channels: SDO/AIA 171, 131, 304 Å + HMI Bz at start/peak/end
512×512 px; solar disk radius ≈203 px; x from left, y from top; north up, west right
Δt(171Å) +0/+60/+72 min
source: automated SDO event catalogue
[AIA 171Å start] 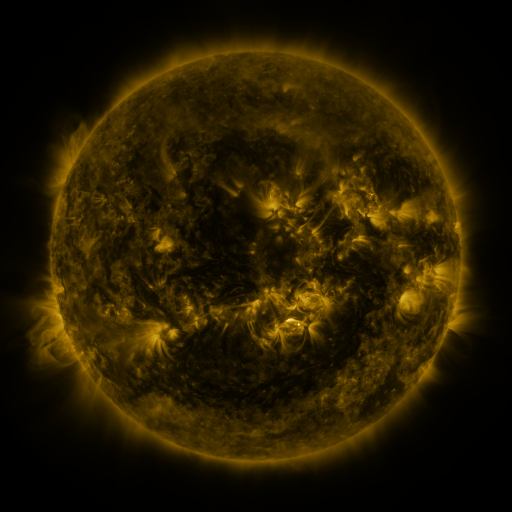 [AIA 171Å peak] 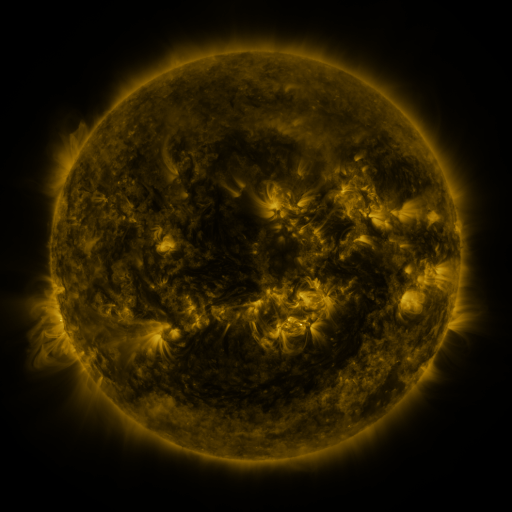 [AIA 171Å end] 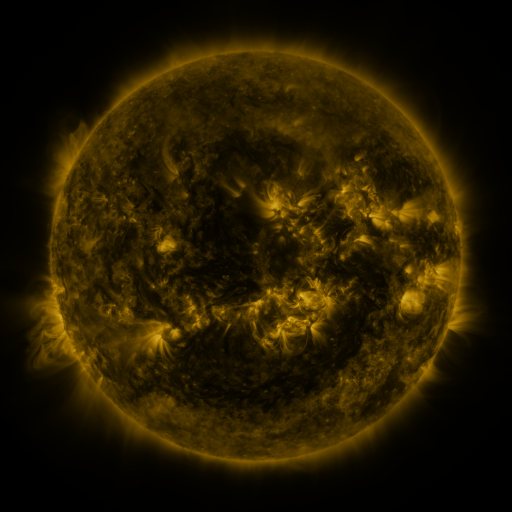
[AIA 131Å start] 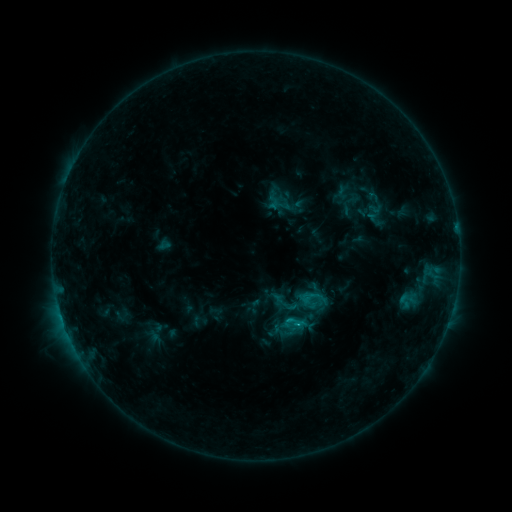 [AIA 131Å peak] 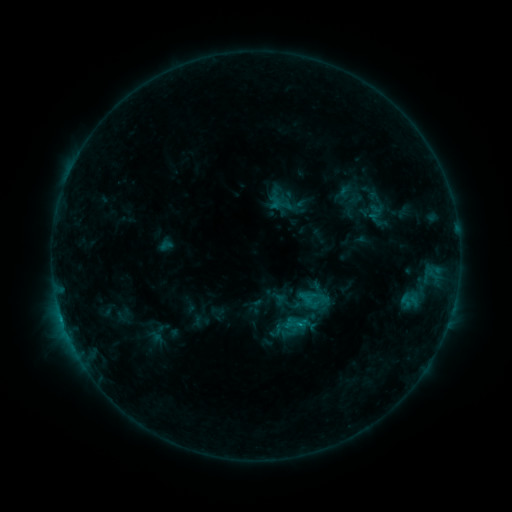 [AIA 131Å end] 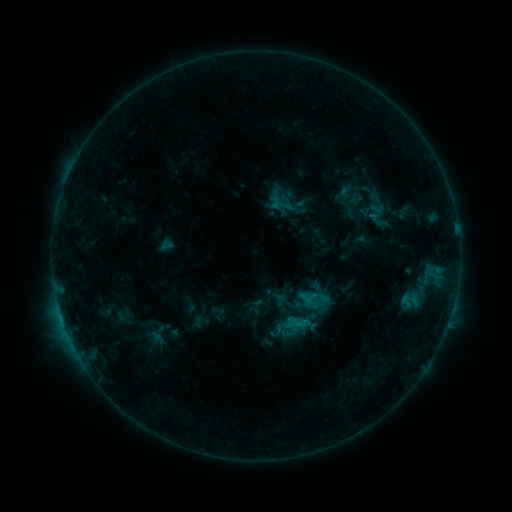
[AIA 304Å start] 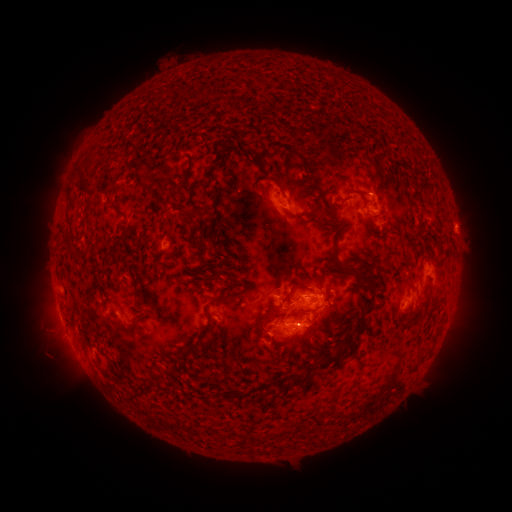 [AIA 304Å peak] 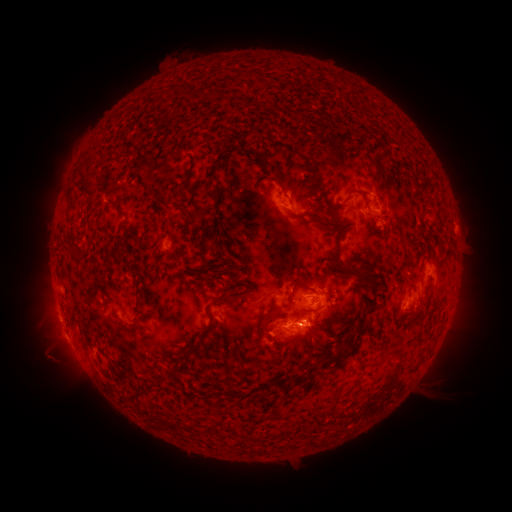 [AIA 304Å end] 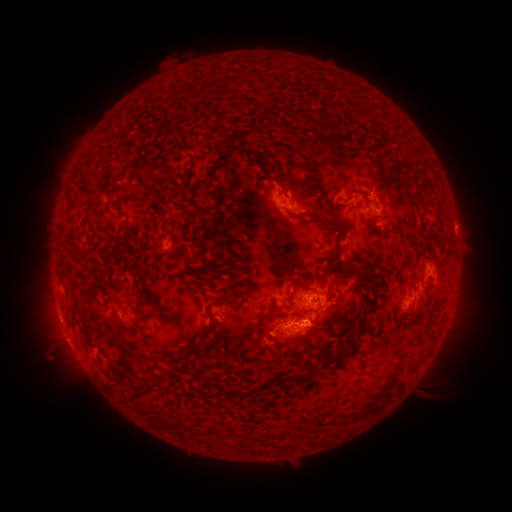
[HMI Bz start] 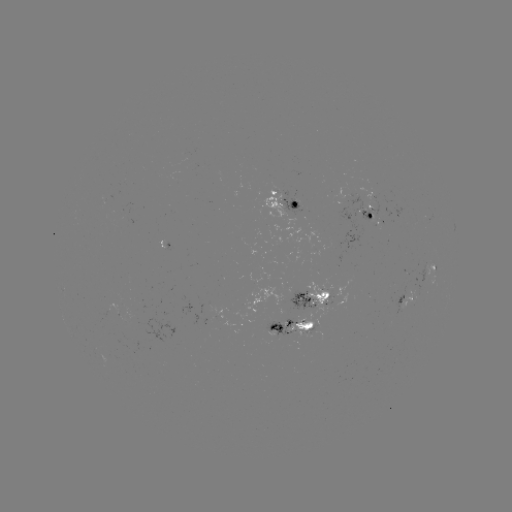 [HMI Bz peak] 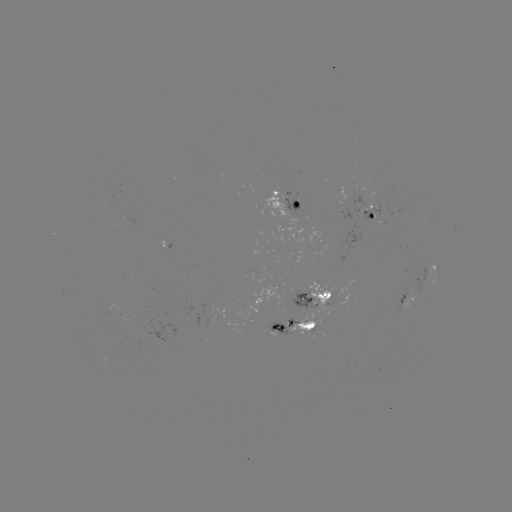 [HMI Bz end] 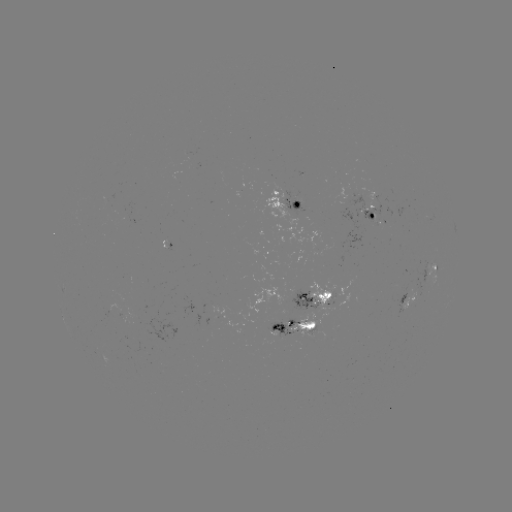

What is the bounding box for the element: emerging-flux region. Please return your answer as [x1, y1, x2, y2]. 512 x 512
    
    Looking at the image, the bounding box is [288, 290, 316, 334].